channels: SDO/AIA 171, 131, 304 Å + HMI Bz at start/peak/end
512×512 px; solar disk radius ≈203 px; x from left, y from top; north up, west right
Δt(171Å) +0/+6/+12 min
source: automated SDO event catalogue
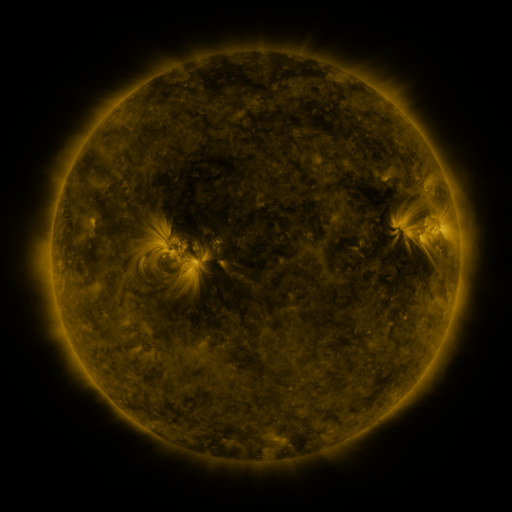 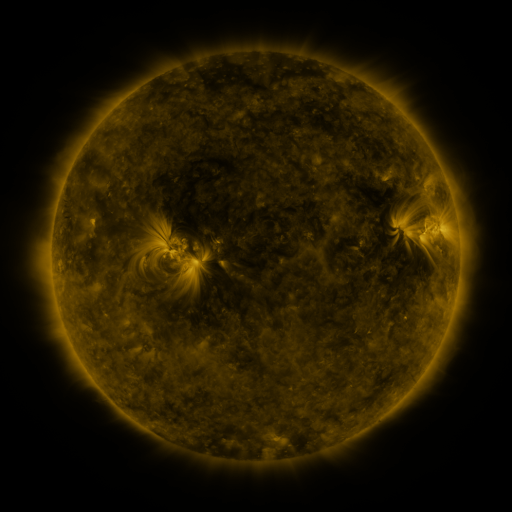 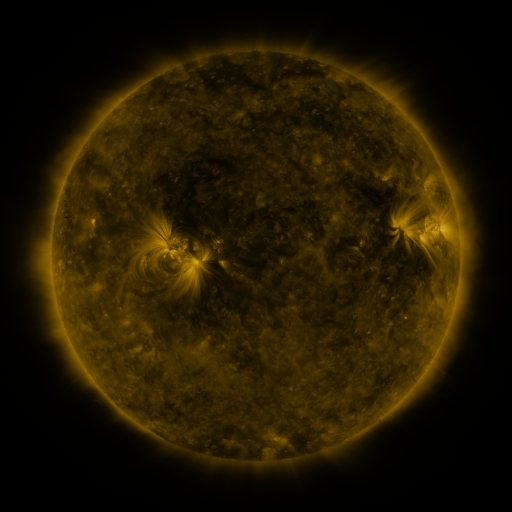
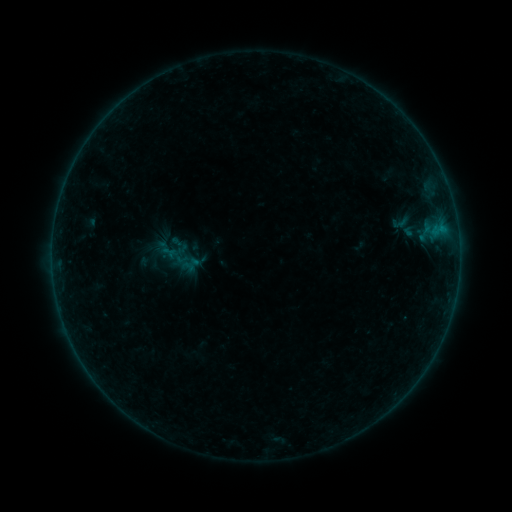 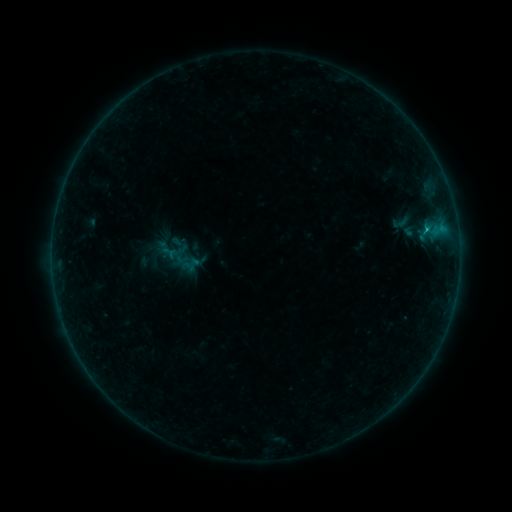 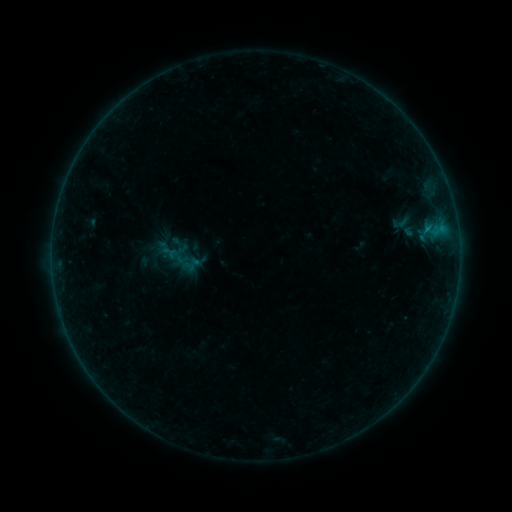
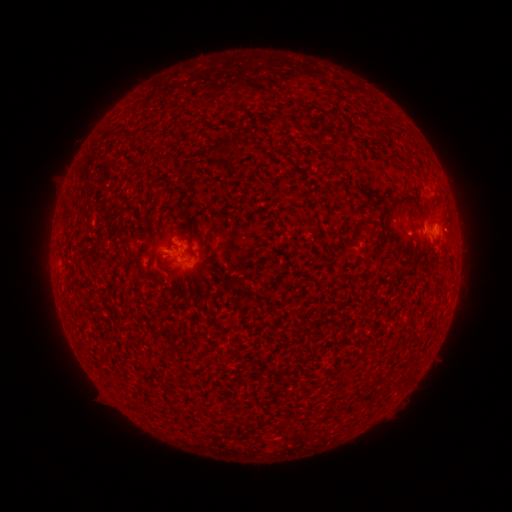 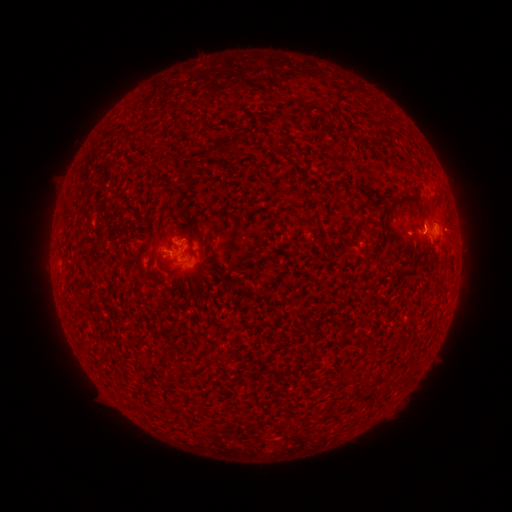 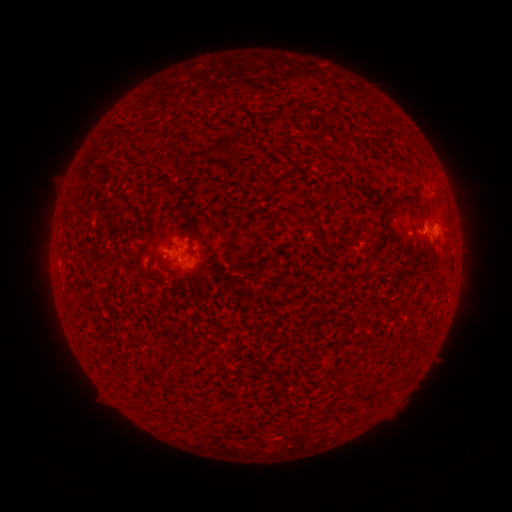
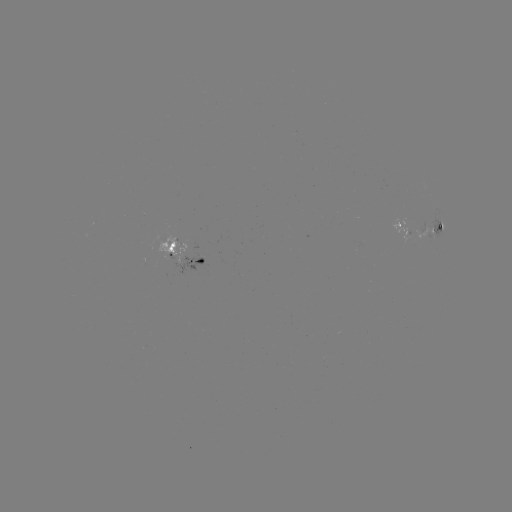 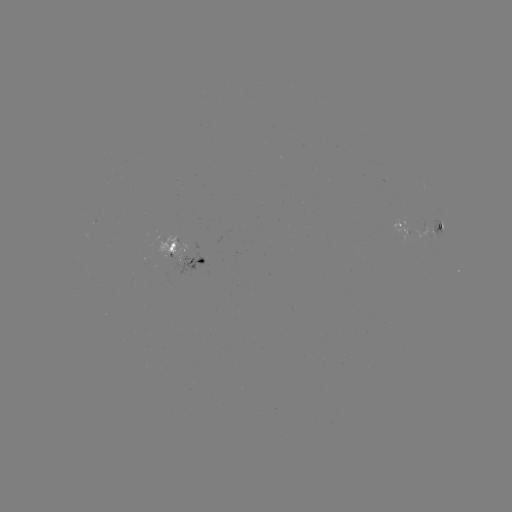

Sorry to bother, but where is B3.0 flare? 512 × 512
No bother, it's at (425, 230).